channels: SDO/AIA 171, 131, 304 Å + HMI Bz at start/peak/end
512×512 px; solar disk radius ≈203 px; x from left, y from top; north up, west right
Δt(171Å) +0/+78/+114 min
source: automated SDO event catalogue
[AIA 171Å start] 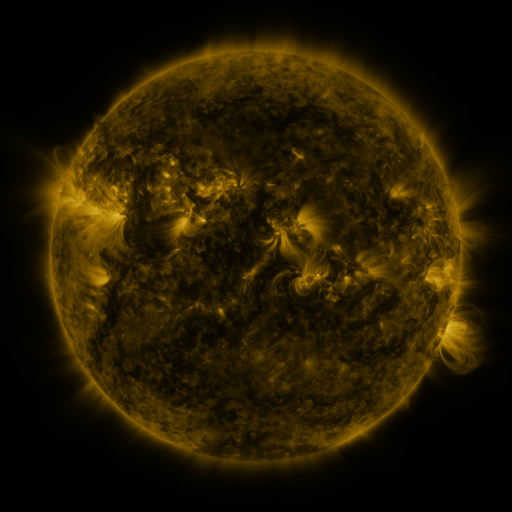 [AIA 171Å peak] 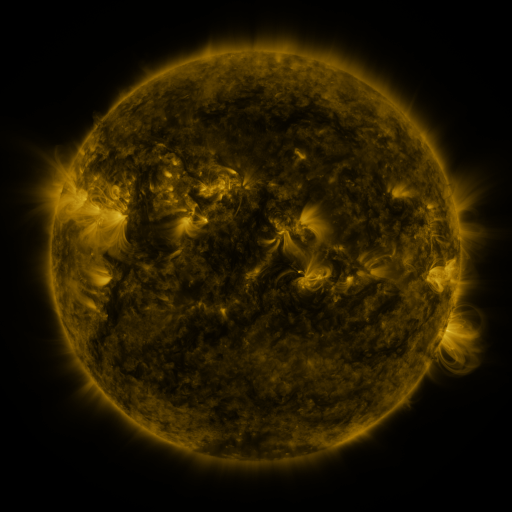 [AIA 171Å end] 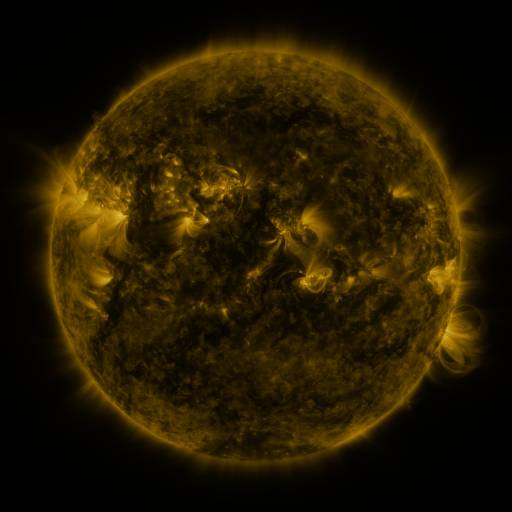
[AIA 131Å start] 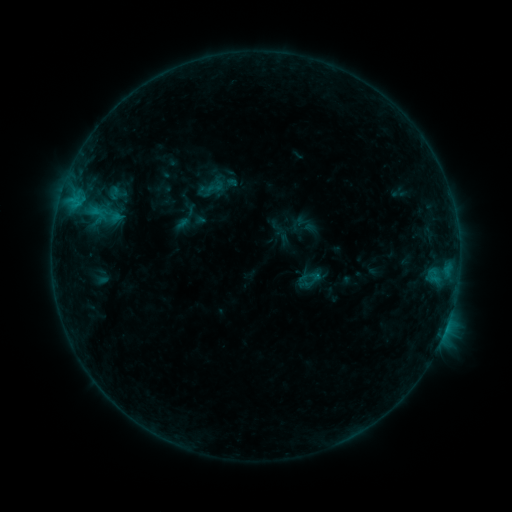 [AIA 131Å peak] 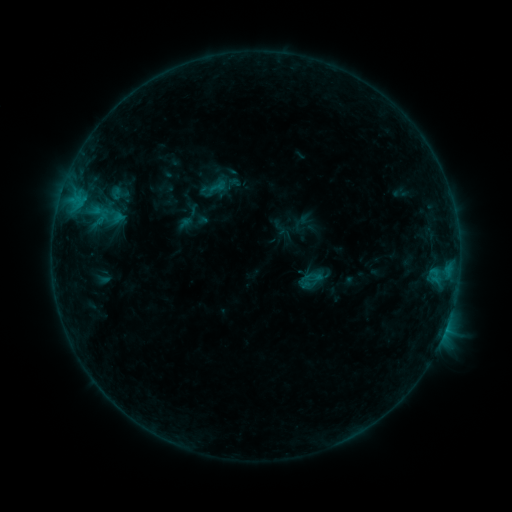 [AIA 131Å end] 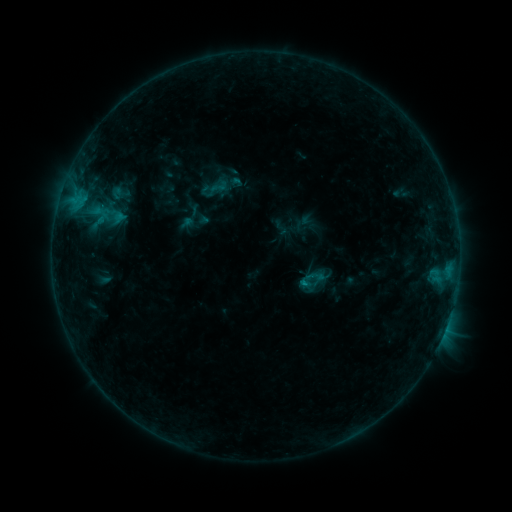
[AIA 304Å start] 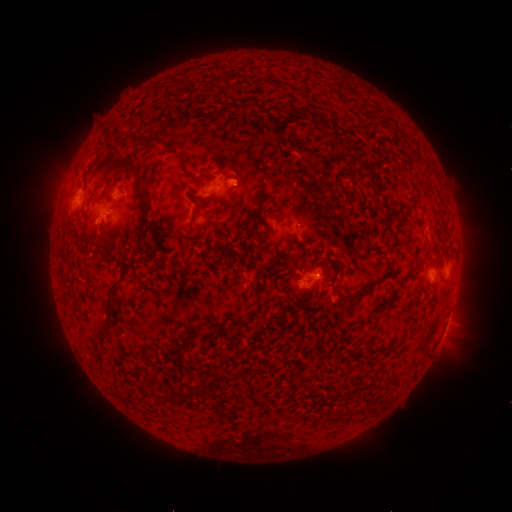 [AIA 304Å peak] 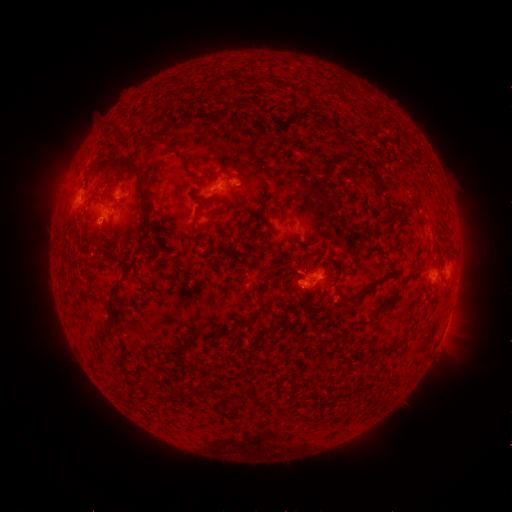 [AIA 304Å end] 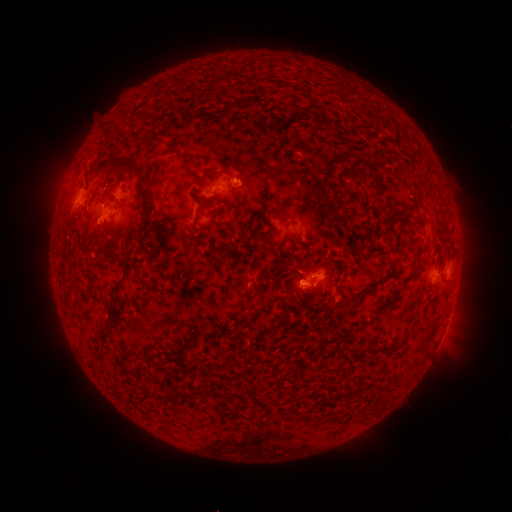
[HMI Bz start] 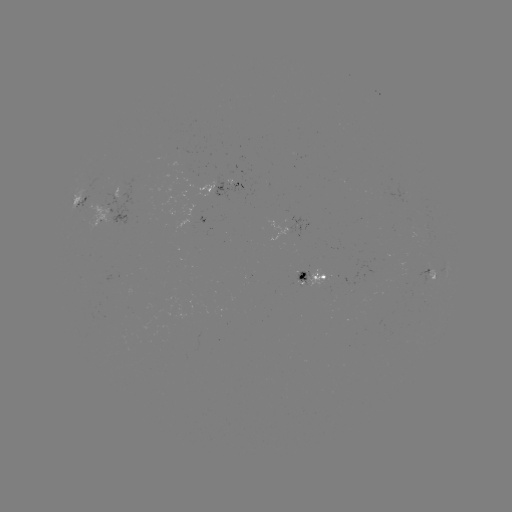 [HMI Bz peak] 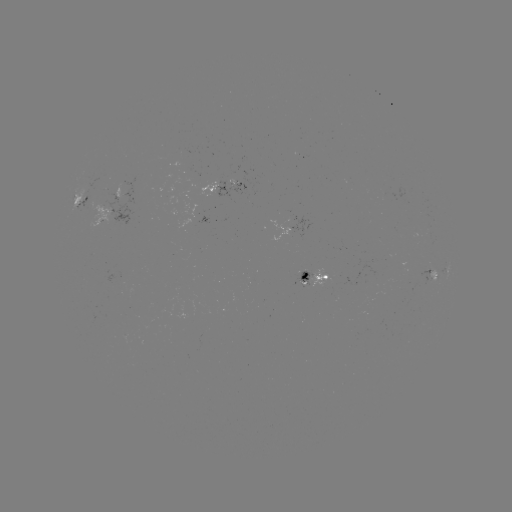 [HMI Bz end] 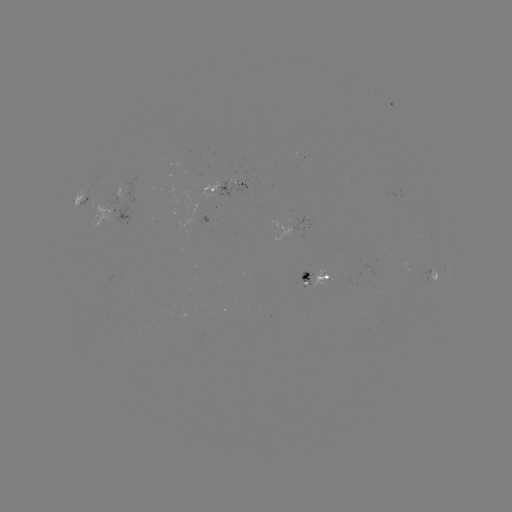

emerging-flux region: (220, 177, 234, 186)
